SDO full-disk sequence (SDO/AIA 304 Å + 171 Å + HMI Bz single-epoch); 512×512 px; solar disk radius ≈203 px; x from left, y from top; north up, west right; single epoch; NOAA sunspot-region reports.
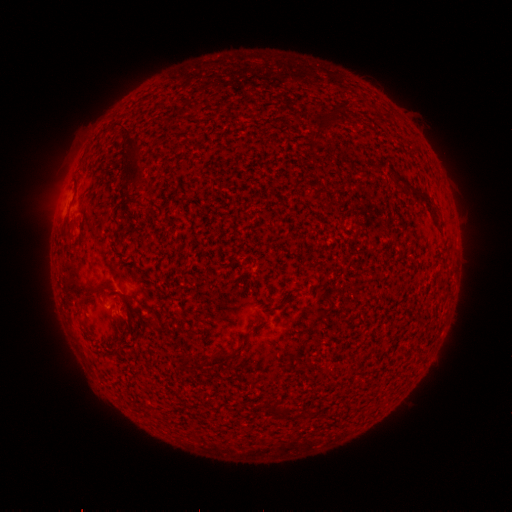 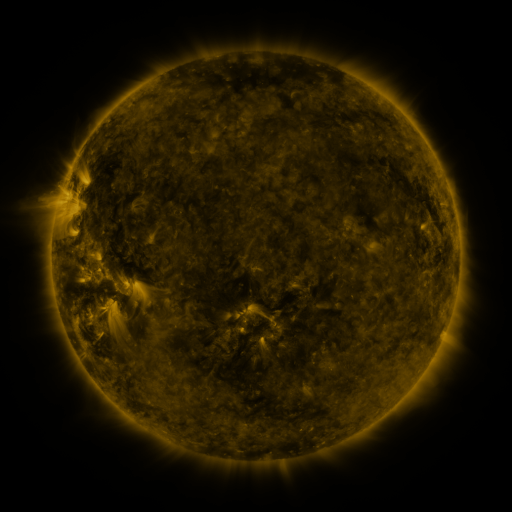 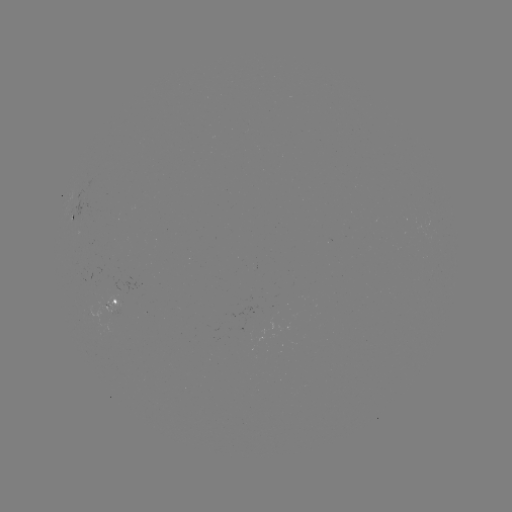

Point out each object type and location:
spotted active region: (72, 220)
spotted active region: (113, 300)
